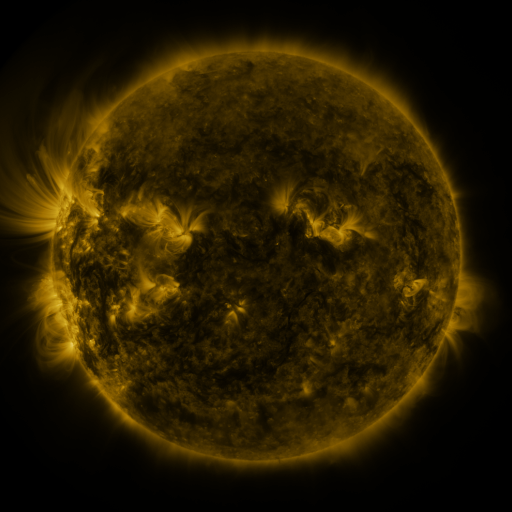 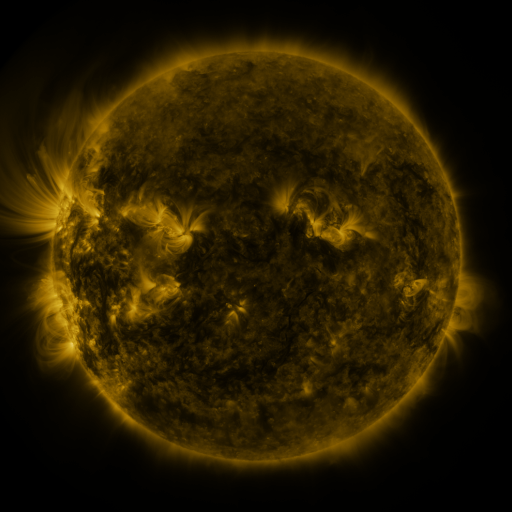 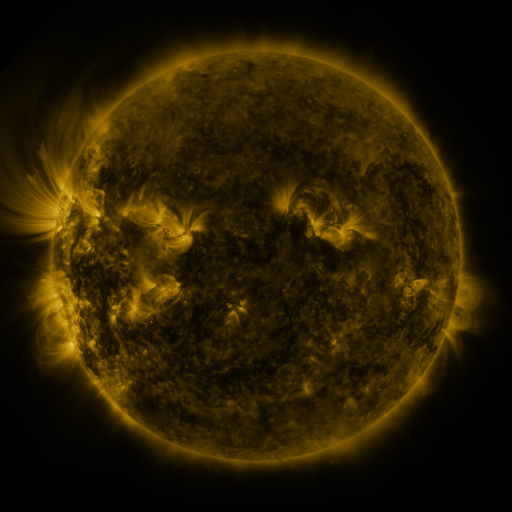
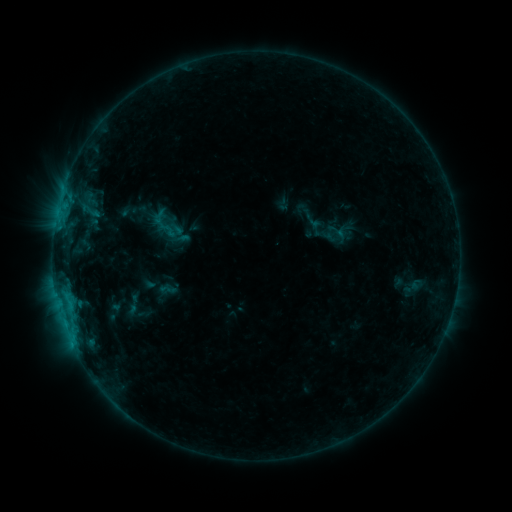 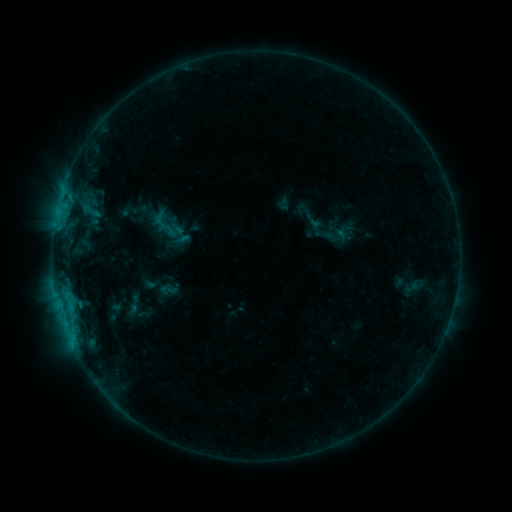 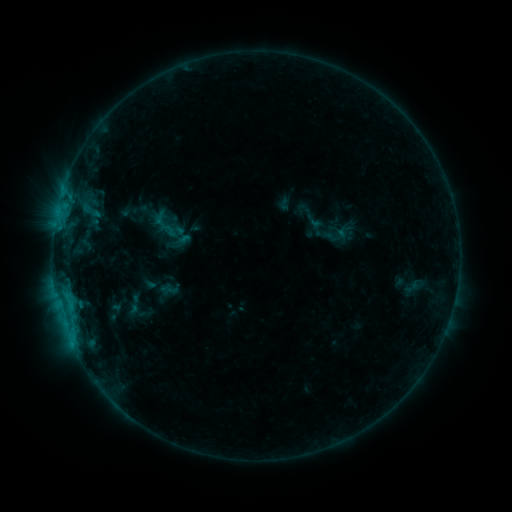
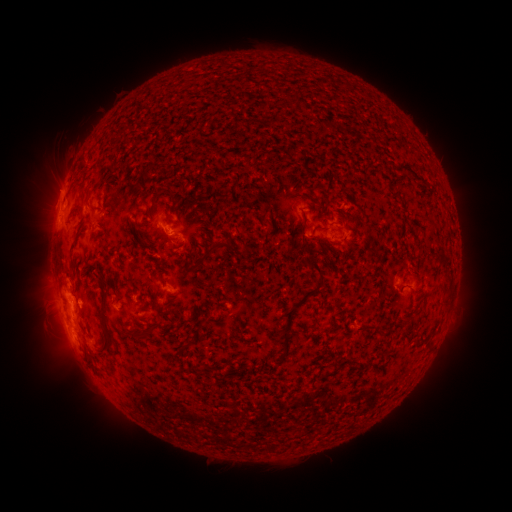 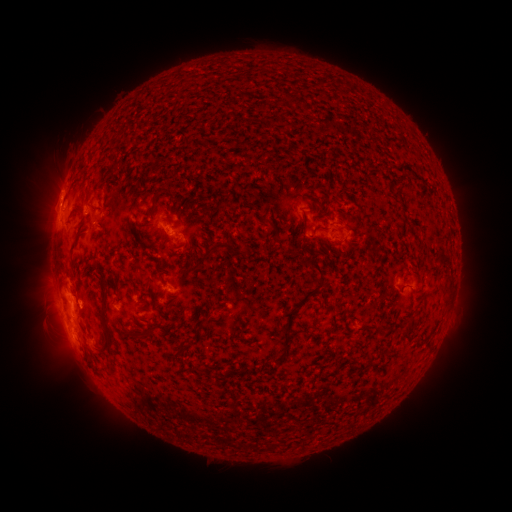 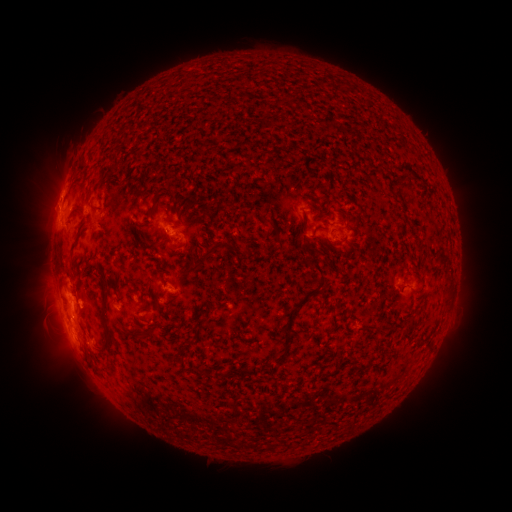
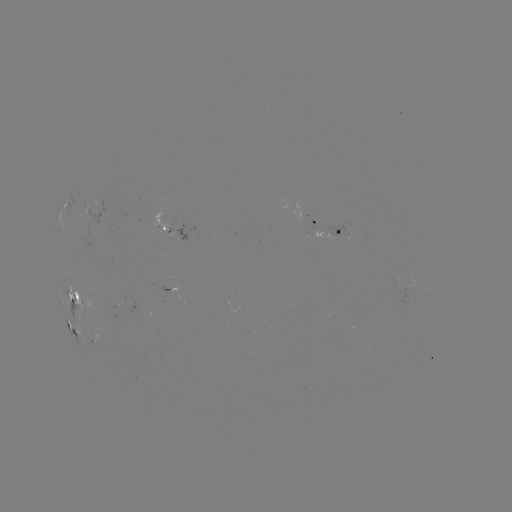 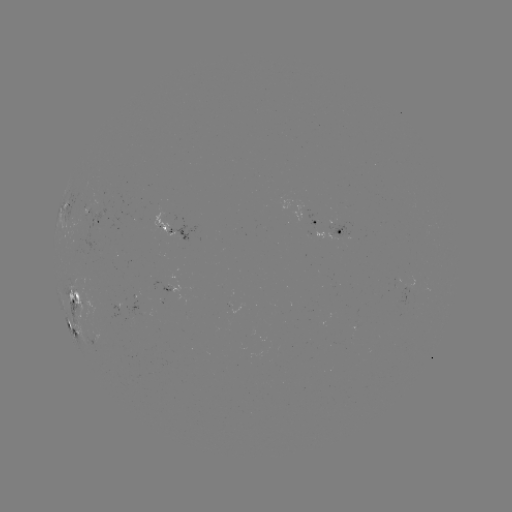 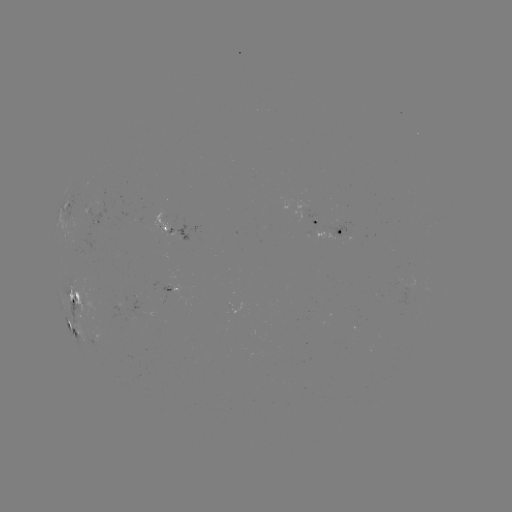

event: flare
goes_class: C2.0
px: (183, 243)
